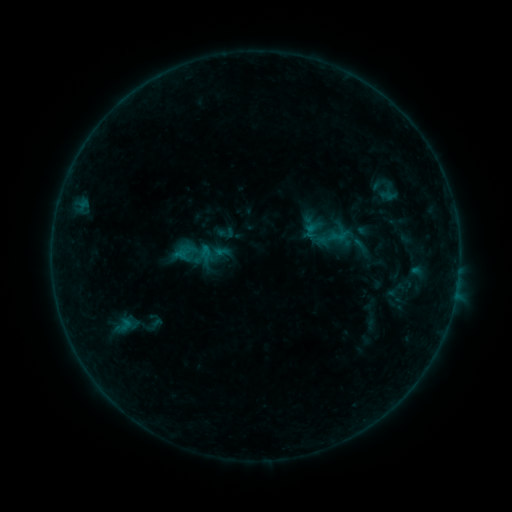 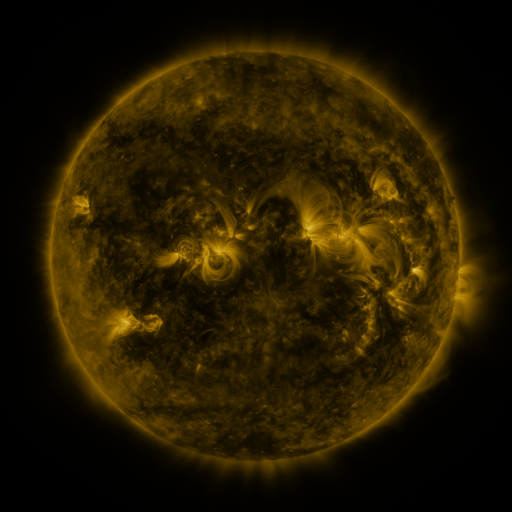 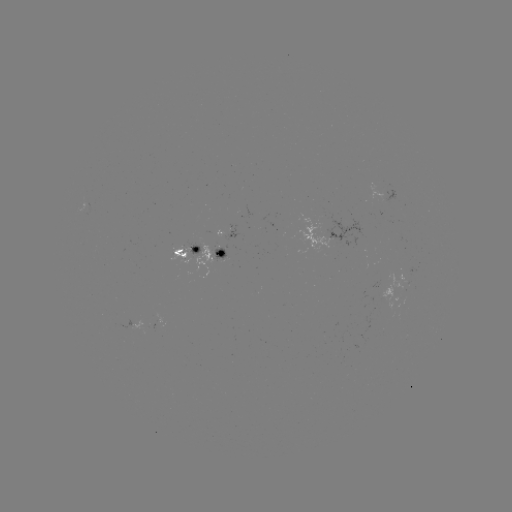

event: sigmoid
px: (194, 253)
